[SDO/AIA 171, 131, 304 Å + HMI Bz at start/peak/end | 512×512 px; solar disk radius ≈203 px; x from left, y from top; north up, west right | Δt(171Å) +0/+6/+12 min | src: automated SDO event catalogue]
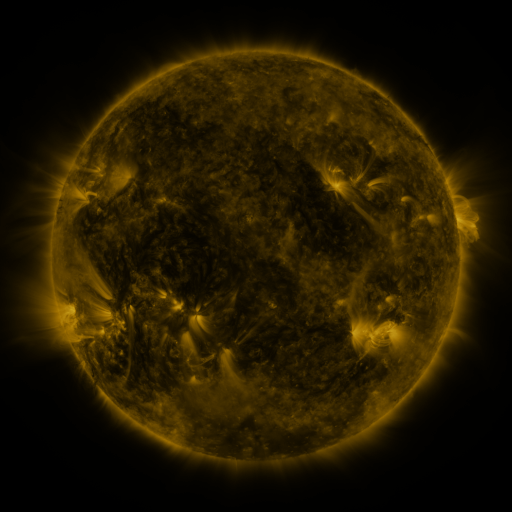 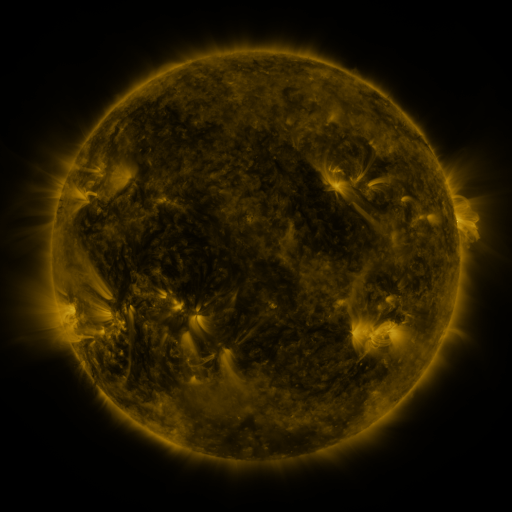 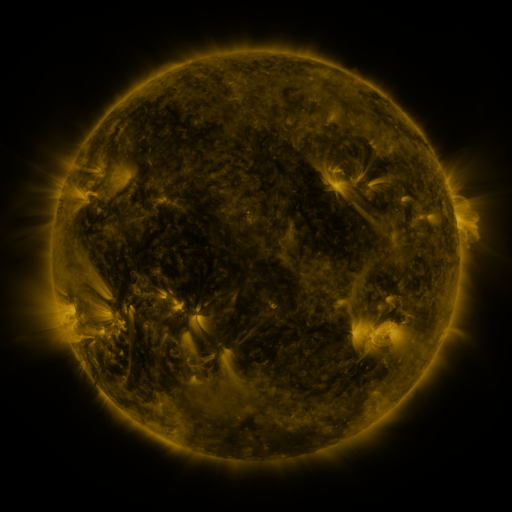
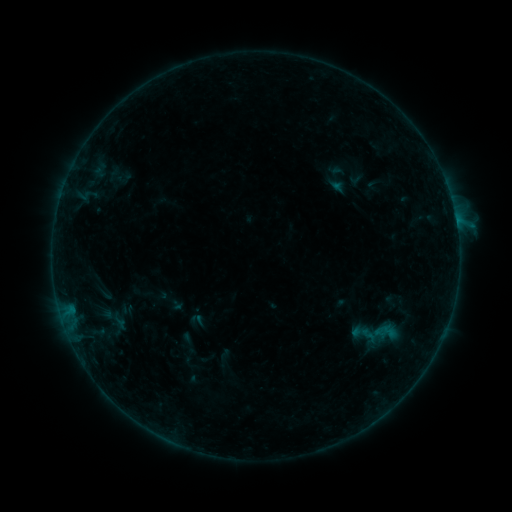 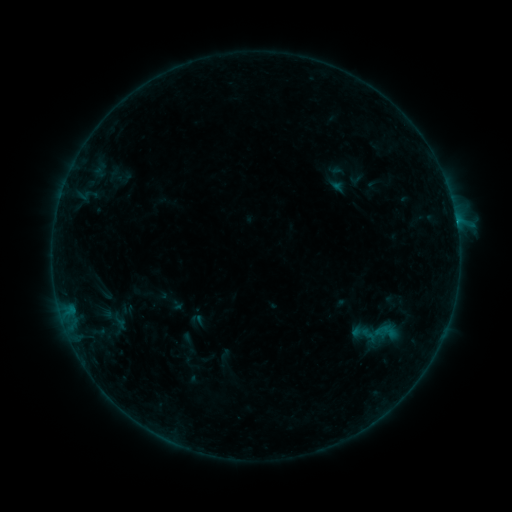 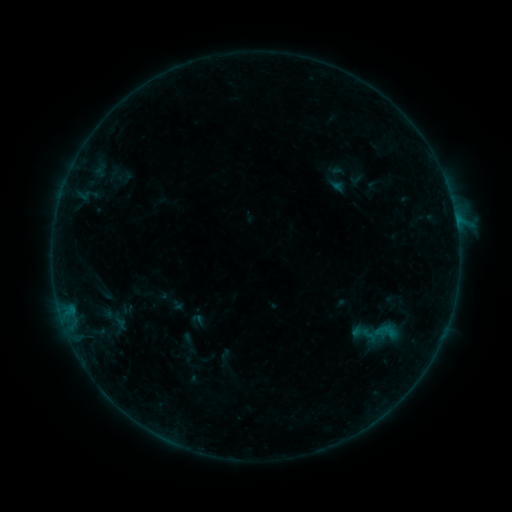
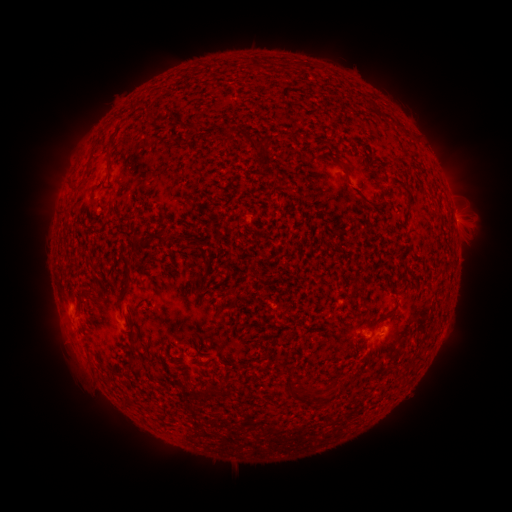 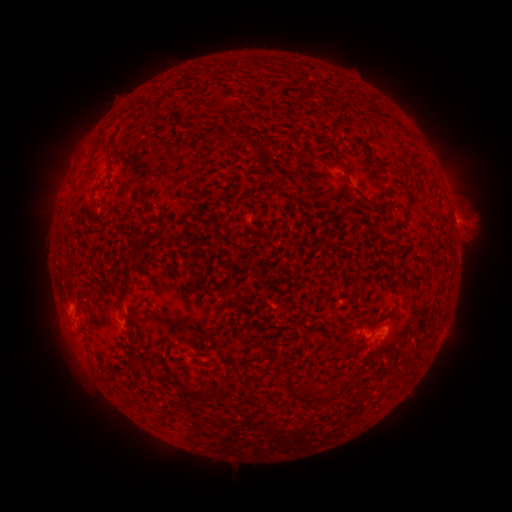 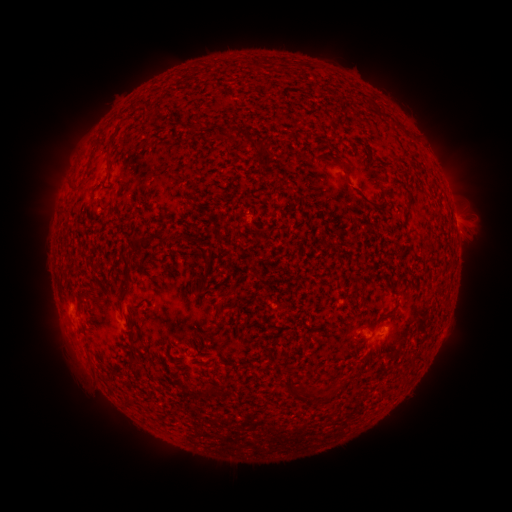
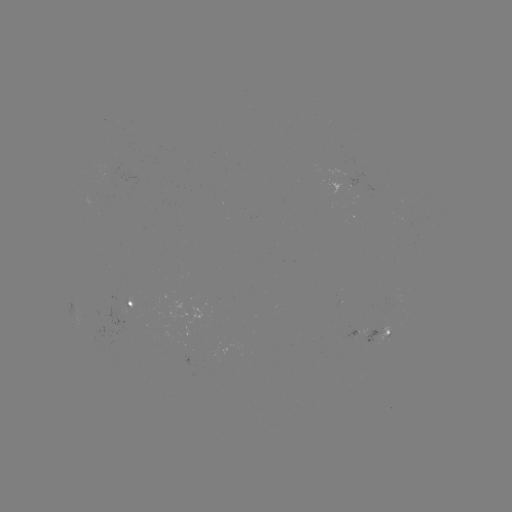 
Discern B3.5 flare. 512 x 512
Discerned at [456, 223].